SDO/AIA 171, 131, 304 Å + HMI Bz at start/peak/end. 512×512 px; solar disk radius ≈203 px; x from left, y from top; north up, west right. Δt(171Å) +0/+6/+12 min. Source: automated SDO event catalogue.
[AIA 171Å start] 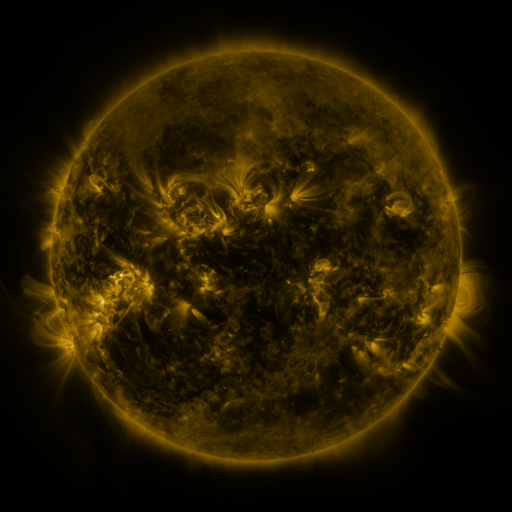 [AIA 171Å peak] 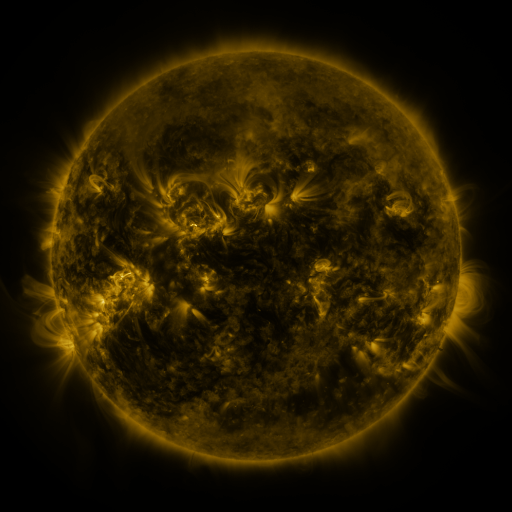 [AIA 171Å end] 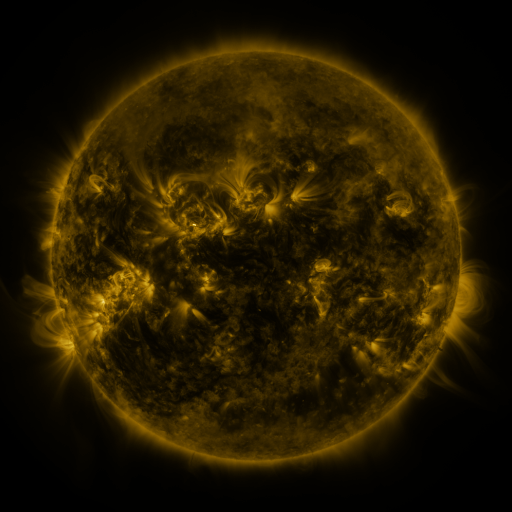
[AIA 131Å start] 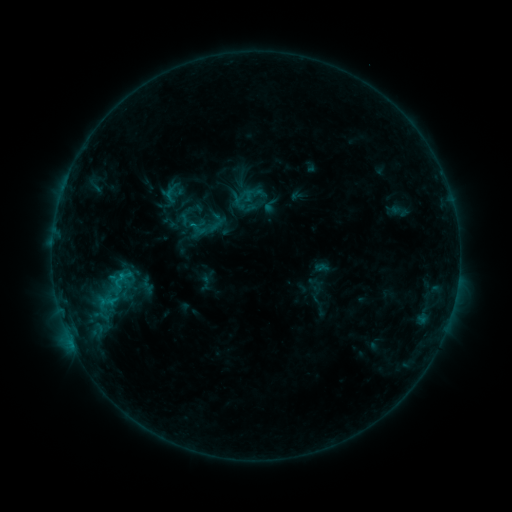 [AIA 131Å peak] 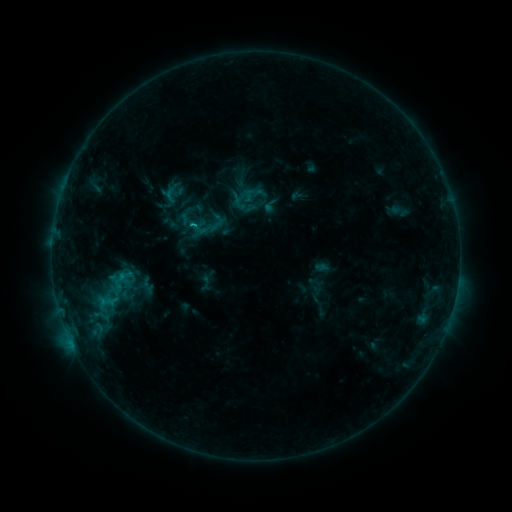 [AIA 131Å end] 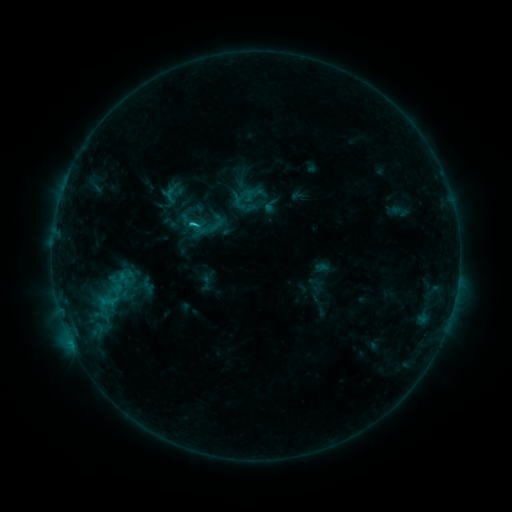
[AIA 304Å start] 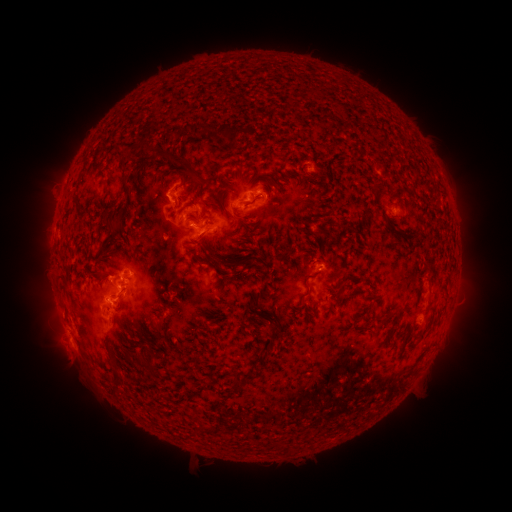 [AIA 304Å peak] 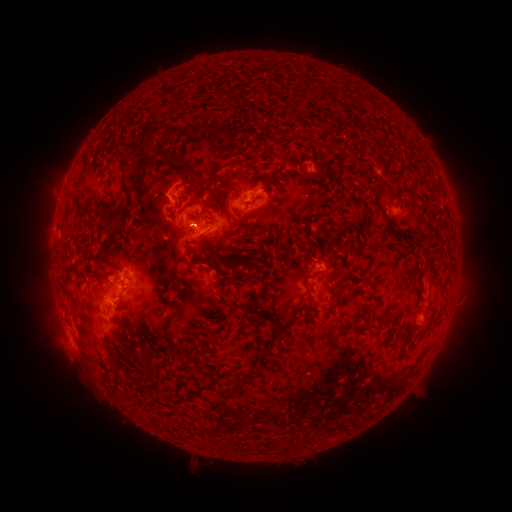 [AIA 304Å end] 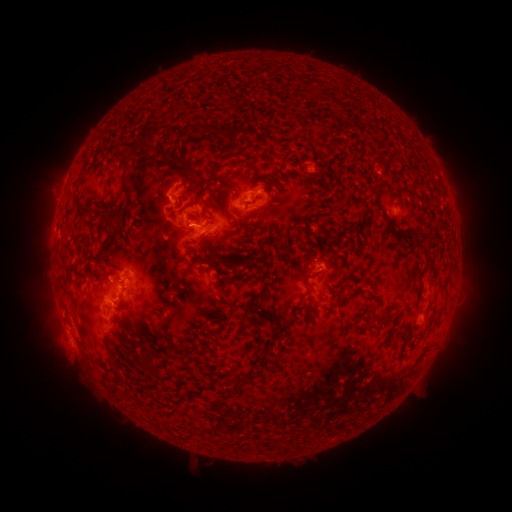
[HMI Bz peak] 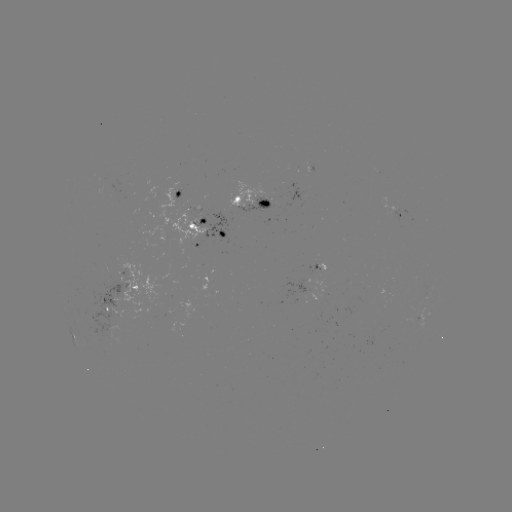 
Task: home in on C2.3 flare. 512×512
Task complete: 193,224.